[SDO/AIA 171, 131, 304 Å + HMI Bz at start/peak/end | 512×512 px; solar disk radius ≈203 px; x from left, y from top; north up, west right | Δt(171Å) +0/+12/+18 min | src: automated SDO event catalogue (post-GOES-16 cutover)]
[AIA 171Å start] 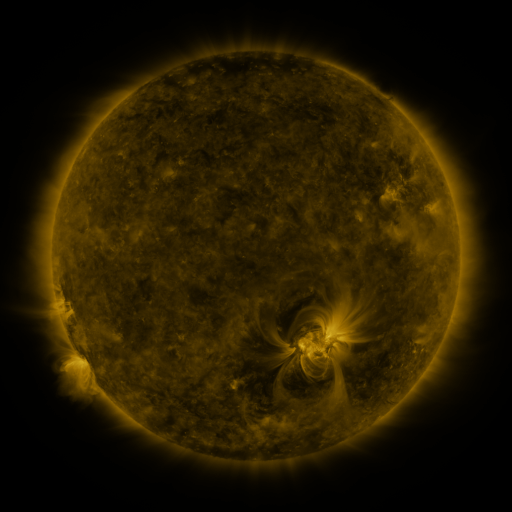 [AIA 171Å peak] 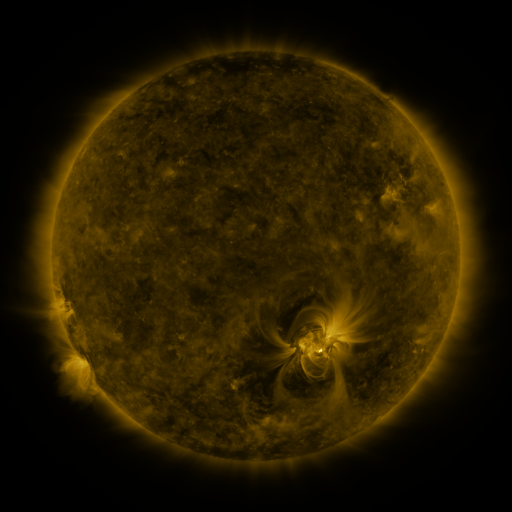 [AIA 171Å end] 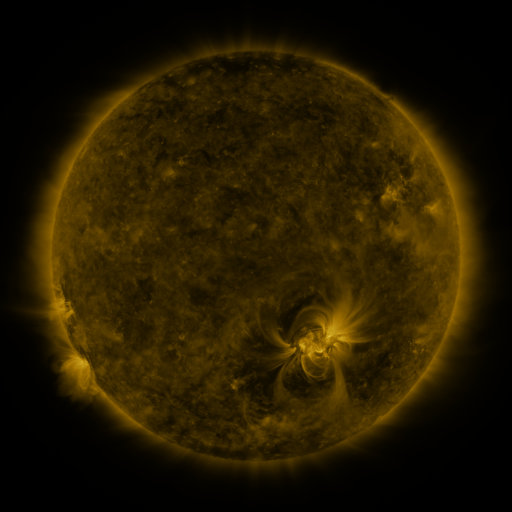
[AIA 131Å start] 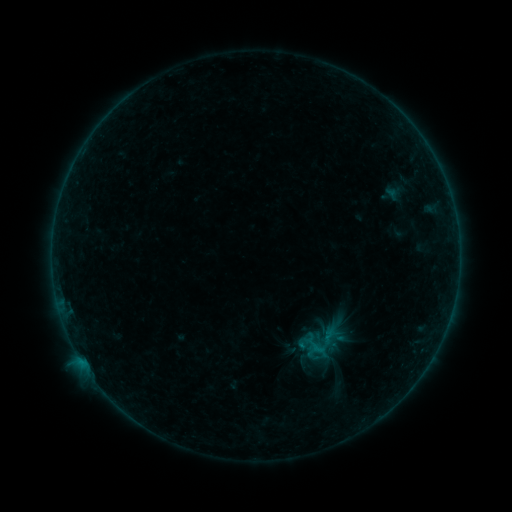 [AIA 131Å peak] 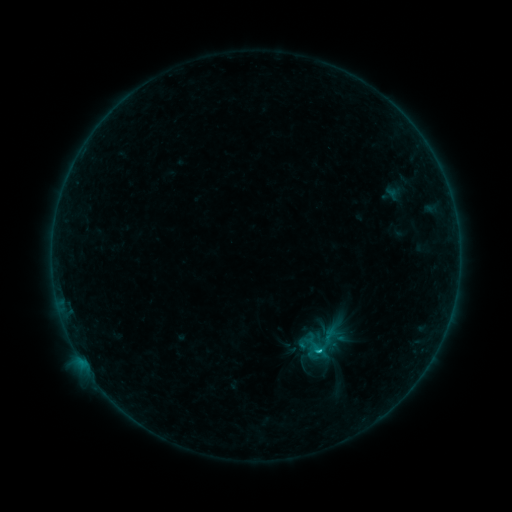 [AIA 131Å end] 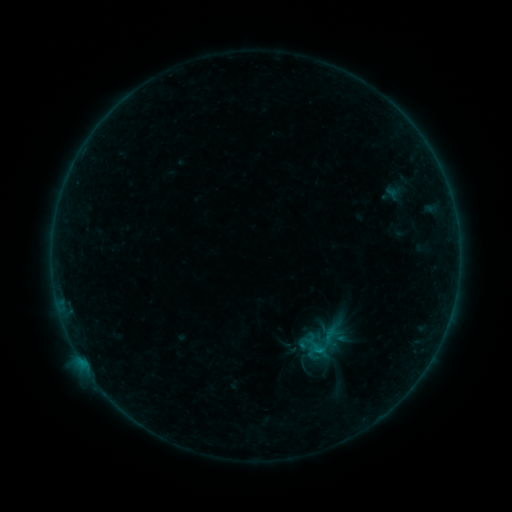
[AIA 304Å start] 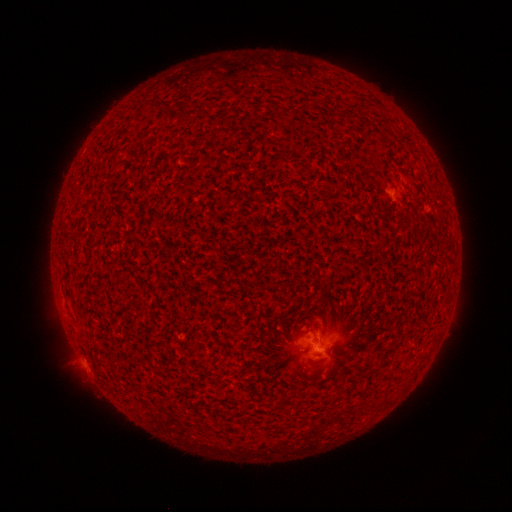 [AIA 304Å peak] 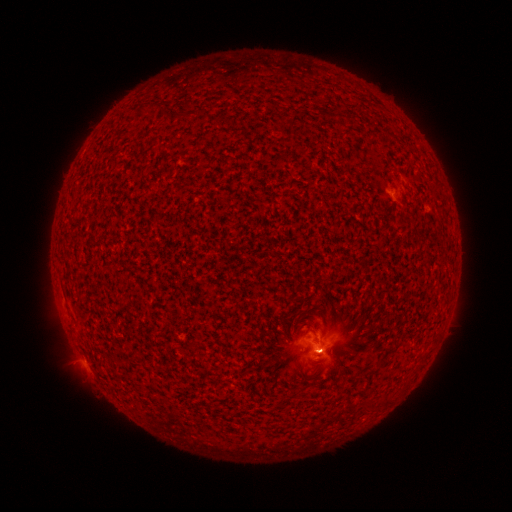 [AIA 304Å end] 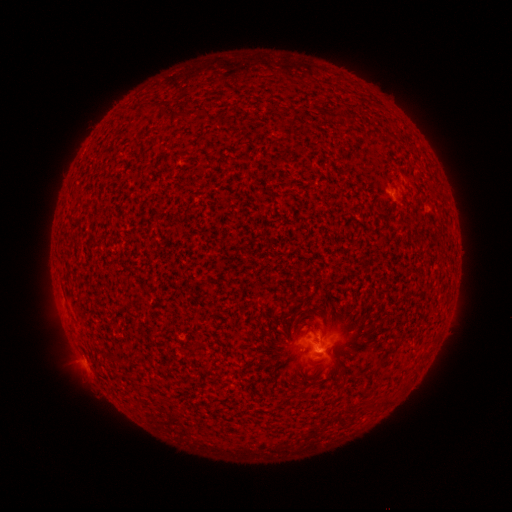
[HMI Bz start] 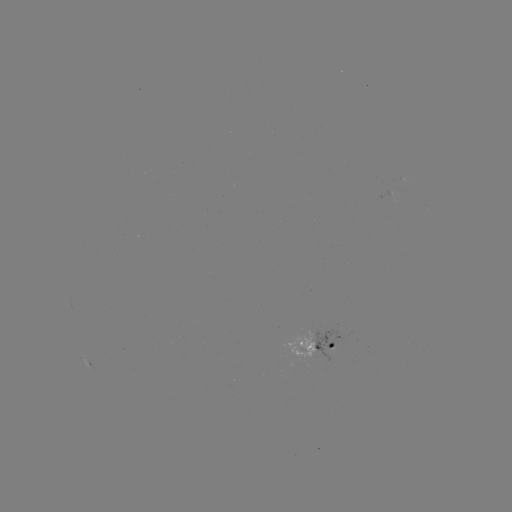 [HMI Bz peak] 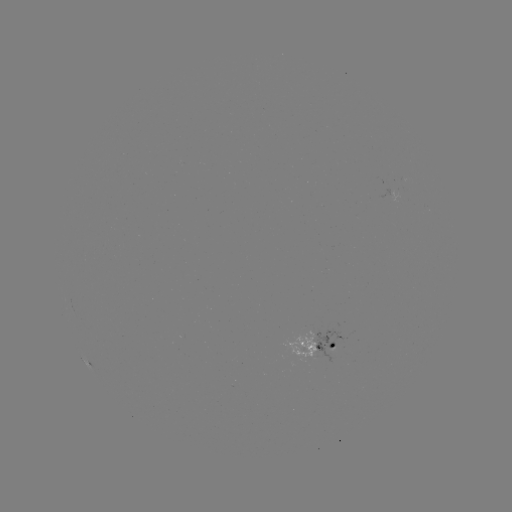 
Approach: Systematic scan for C1.3 flare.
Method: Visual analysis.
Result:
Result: C1.3 flare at [319, 348].